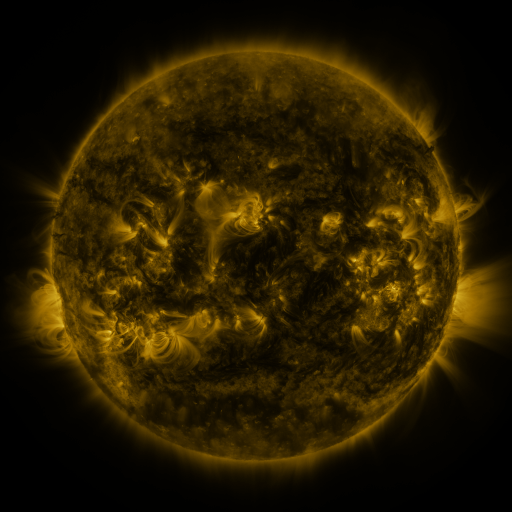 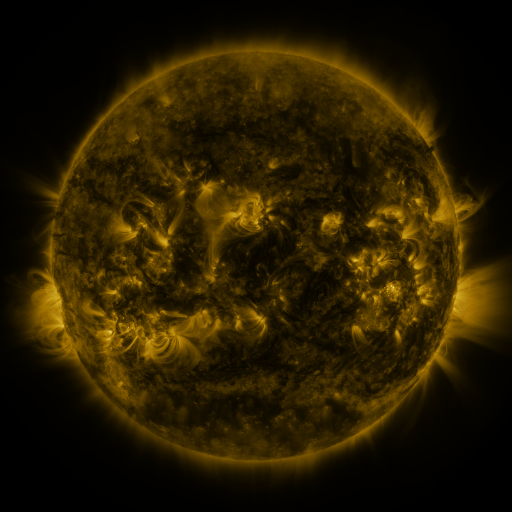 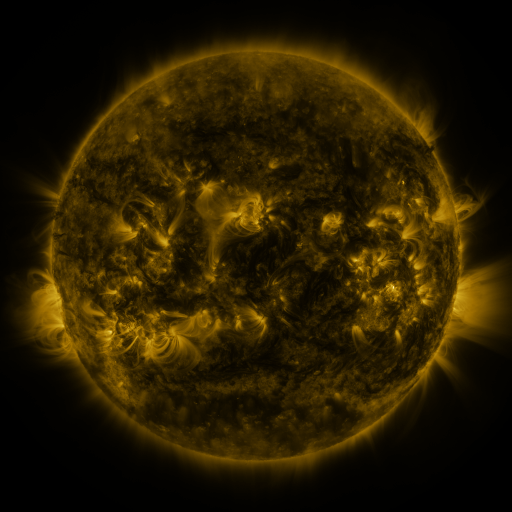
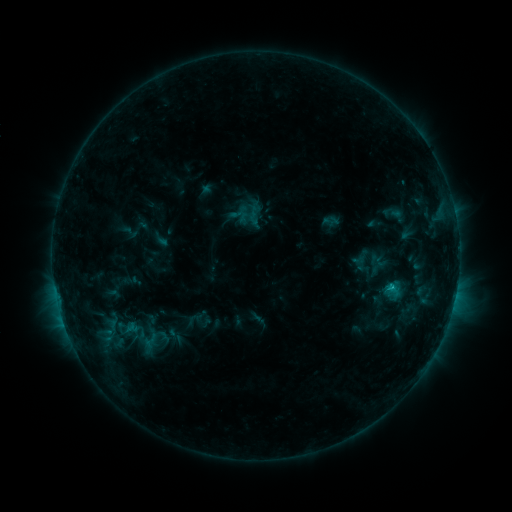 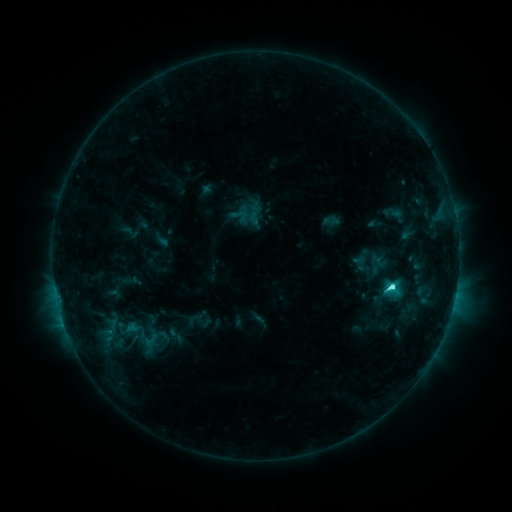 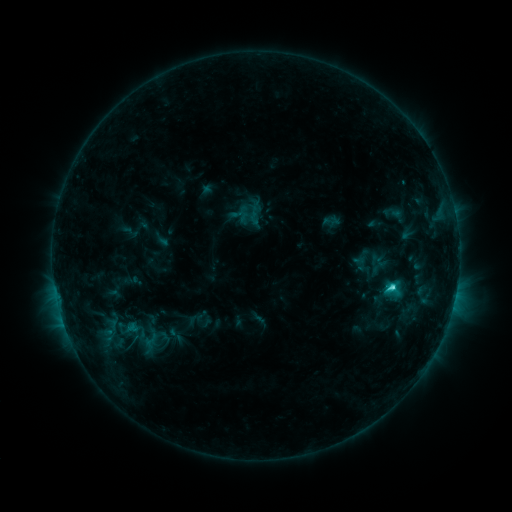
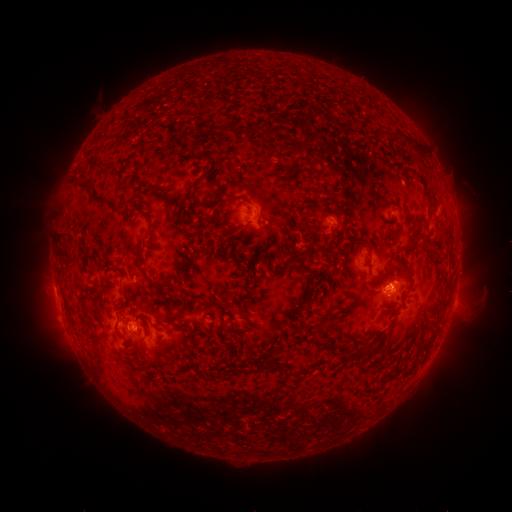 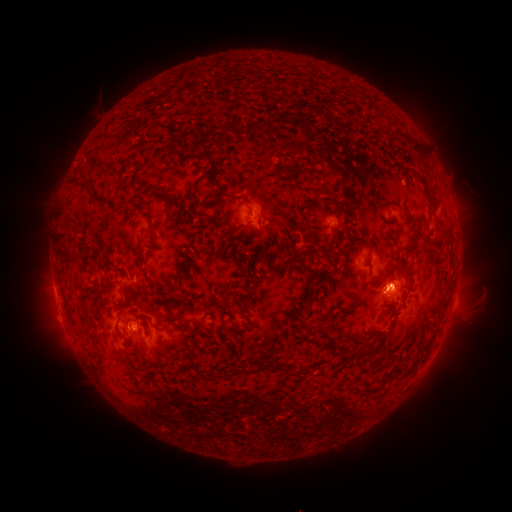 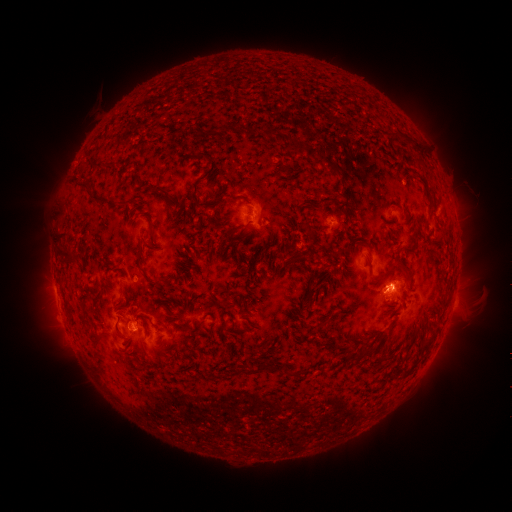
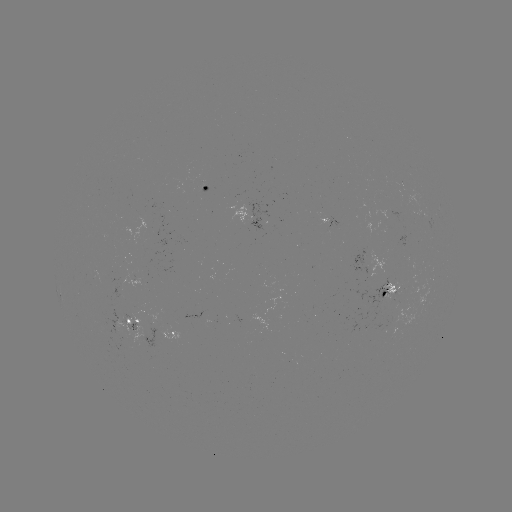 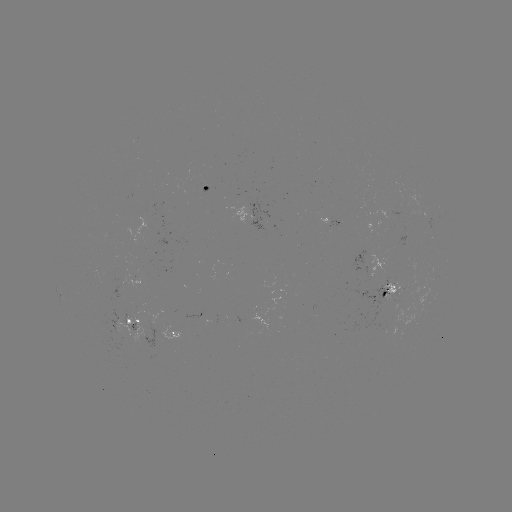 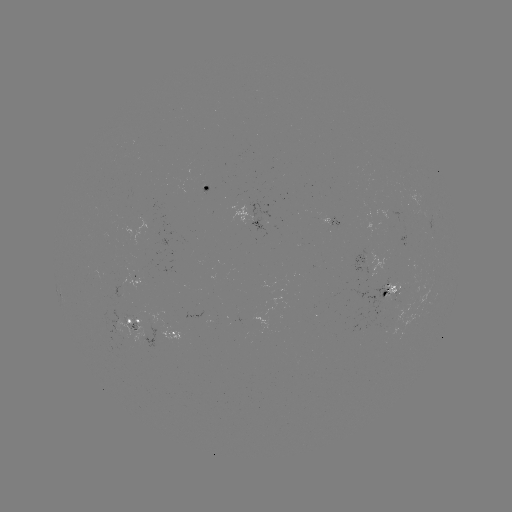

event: flare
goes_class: C3.7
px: (390, 285)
